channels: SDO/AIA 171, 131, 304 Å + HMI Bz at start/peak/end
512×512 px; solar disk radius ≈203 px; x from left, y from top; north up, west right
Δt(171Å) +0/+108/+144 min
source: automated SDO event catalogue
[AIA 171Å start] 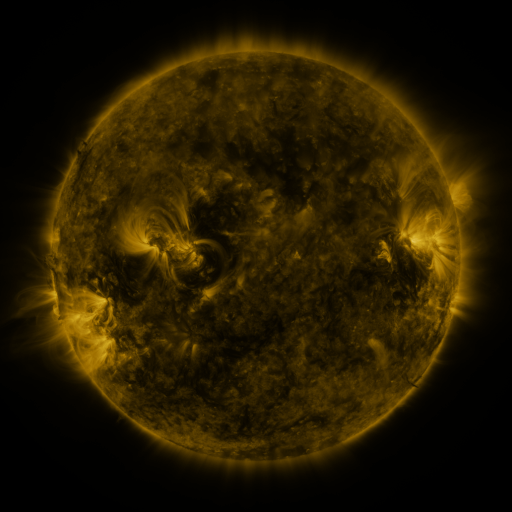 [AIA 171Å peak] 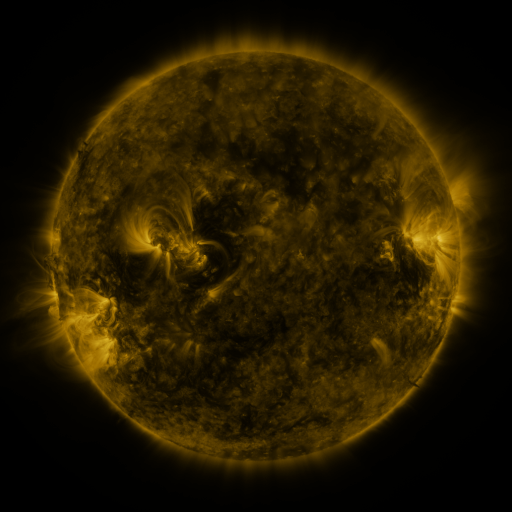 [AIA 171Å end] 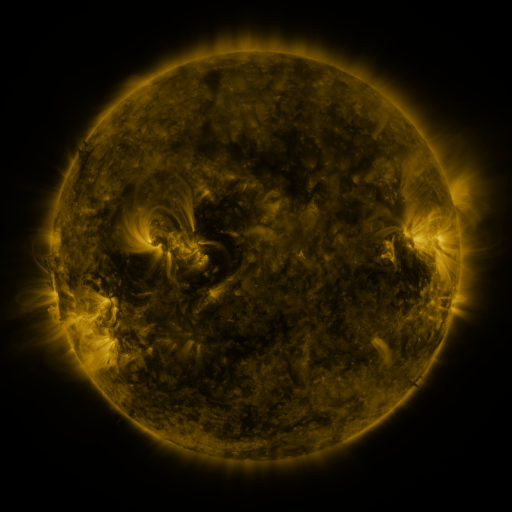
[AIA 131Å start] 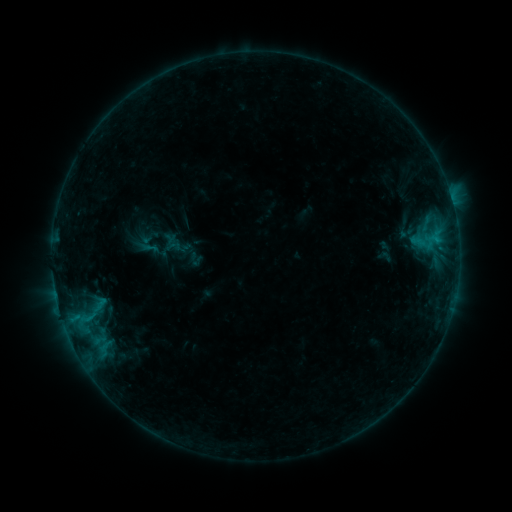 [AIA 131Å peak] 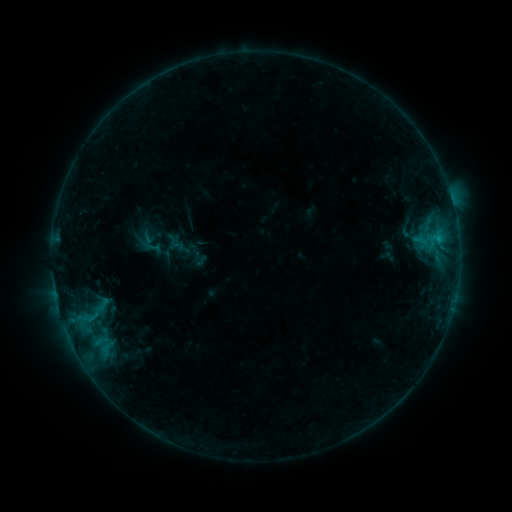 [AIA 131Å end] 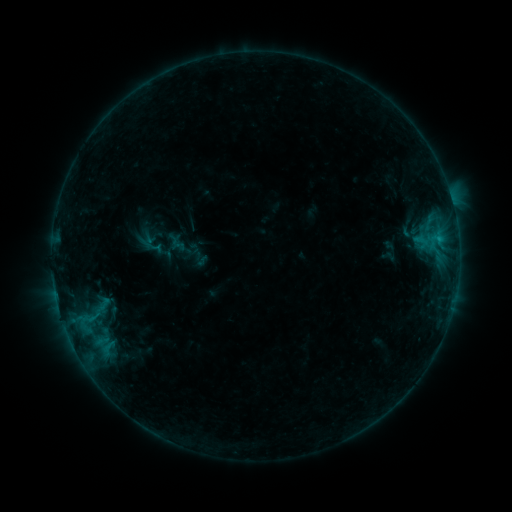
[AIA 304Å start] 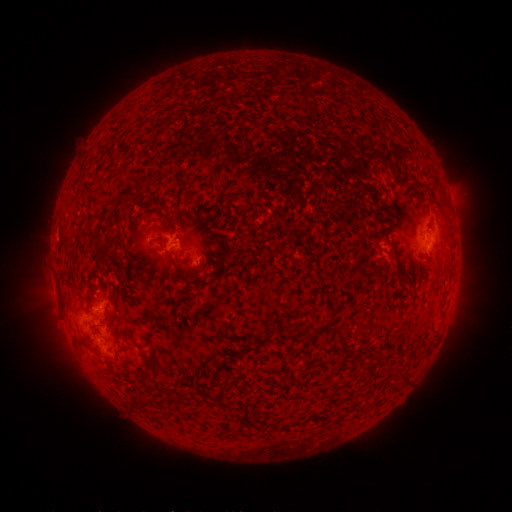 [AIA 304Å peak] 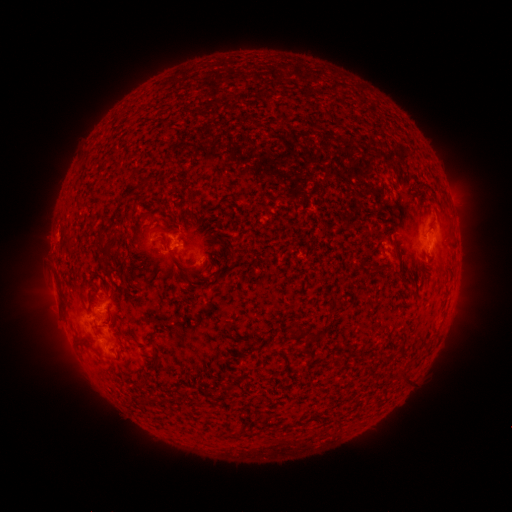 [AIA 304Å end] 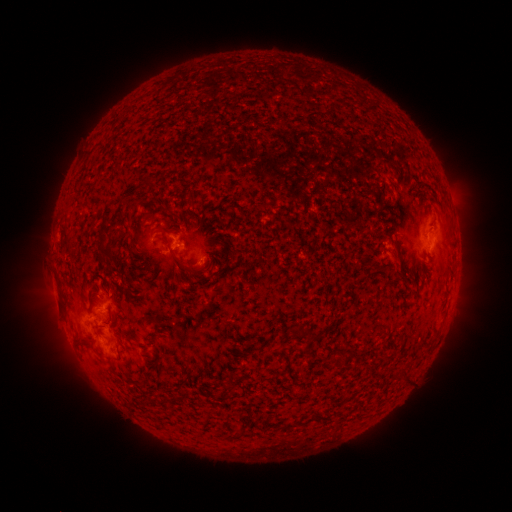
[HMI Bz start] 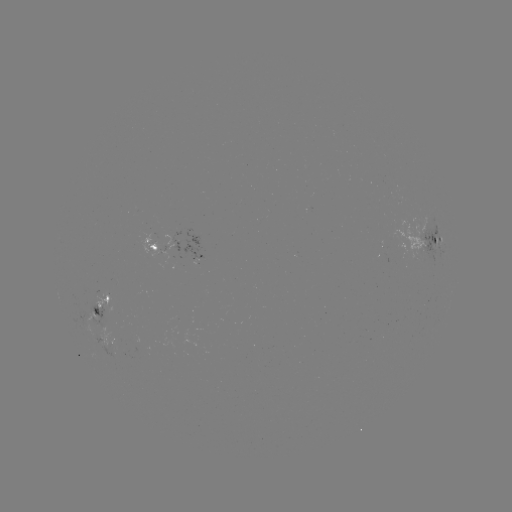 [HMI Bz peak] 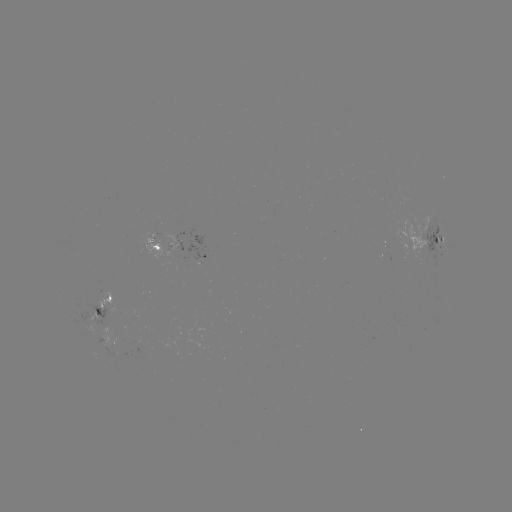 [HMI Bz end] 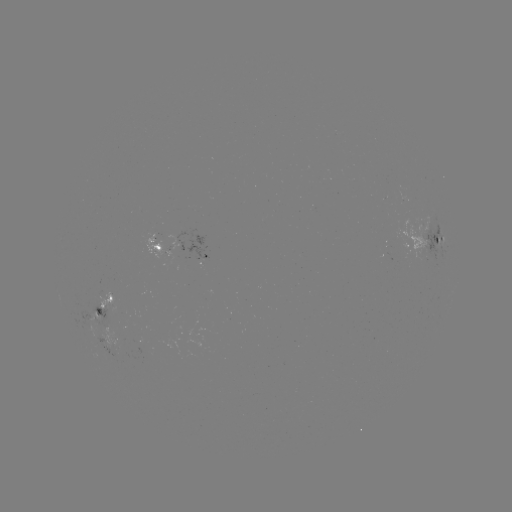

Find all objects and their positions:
emerging-flux region: (119, 344)
